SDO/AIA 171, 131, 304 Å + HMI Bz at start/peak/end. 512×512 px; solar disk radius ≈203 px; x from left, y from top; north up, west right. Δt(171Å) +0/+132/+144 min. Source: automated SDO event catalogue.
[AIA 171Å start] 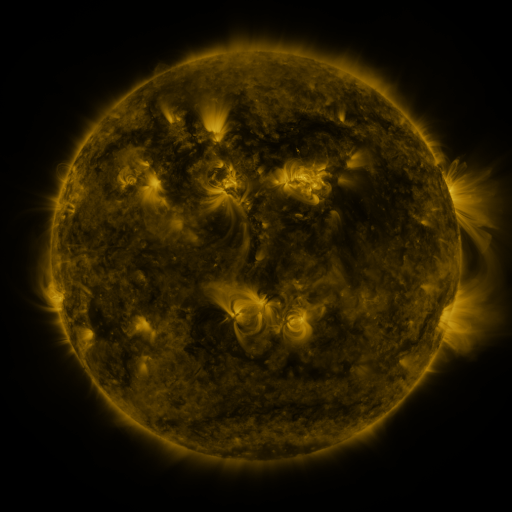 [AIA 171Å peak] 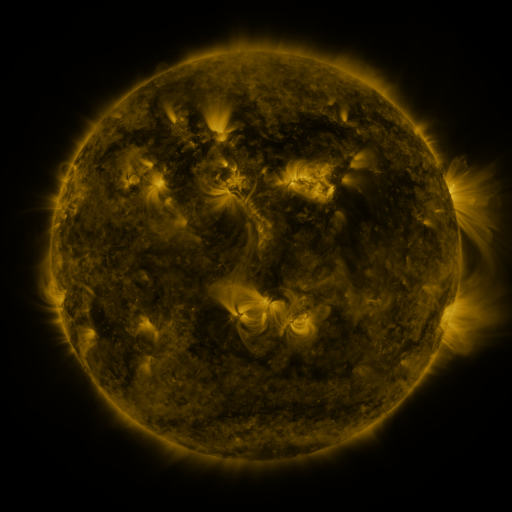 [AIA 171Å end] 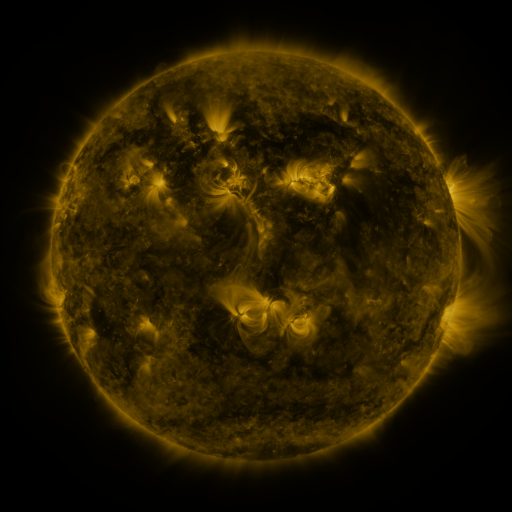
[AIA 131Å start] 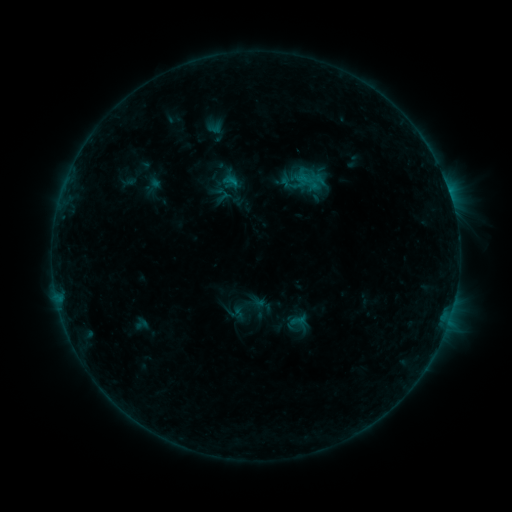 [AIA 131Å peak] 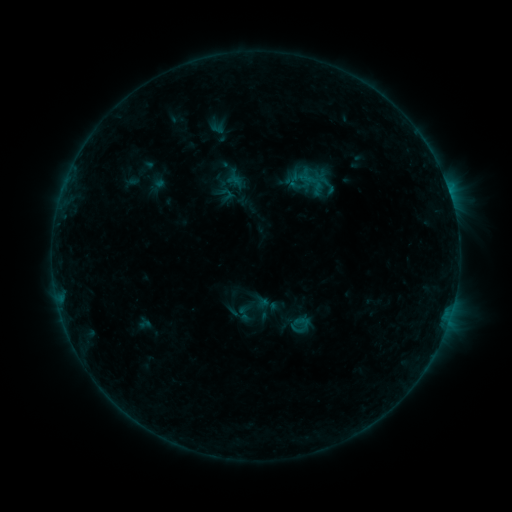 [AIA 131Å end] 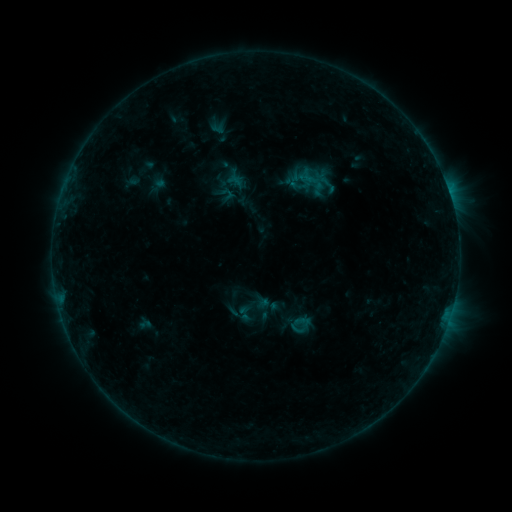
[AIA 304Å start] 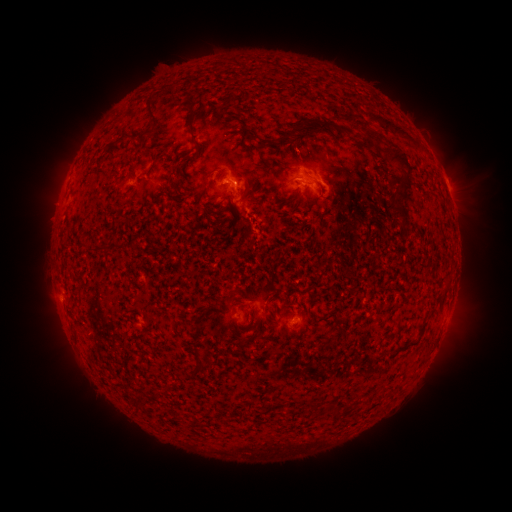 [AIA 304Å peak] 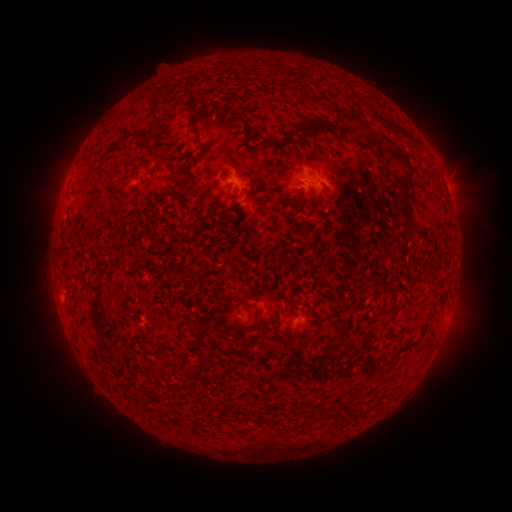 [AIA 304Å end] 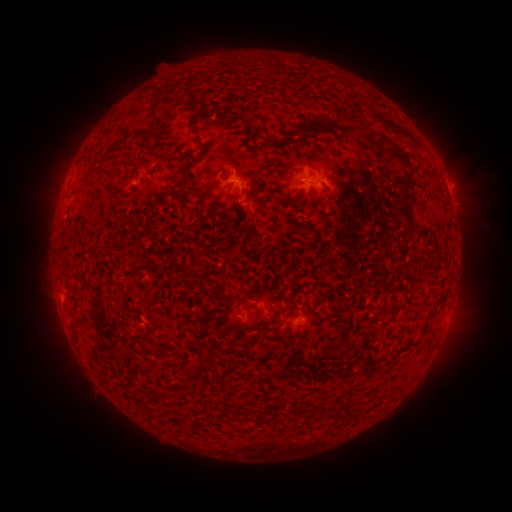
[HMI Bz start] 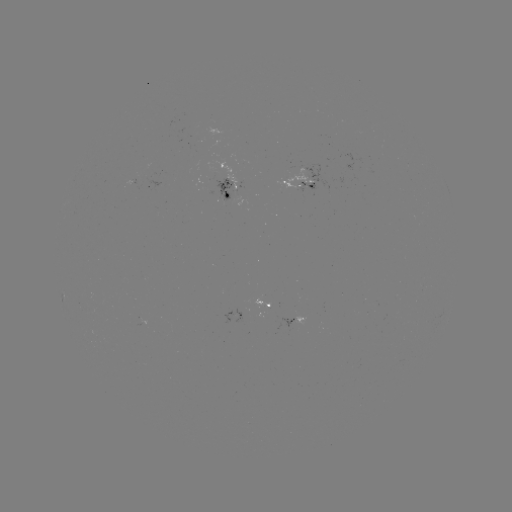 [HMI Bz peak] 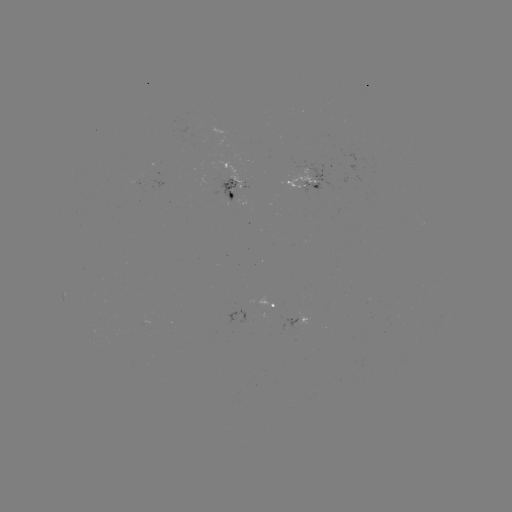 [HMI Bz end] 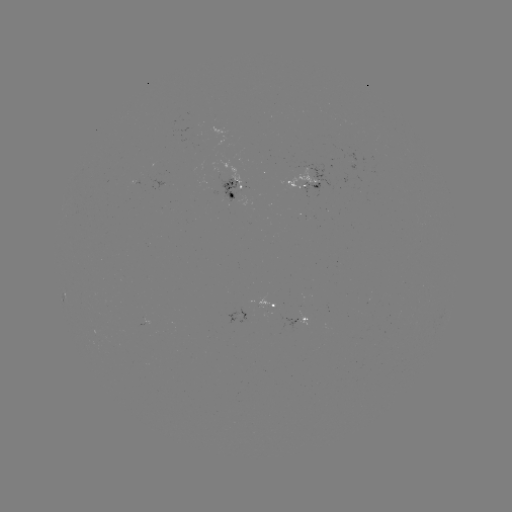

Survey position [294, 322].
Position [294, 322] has emerging-flux region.